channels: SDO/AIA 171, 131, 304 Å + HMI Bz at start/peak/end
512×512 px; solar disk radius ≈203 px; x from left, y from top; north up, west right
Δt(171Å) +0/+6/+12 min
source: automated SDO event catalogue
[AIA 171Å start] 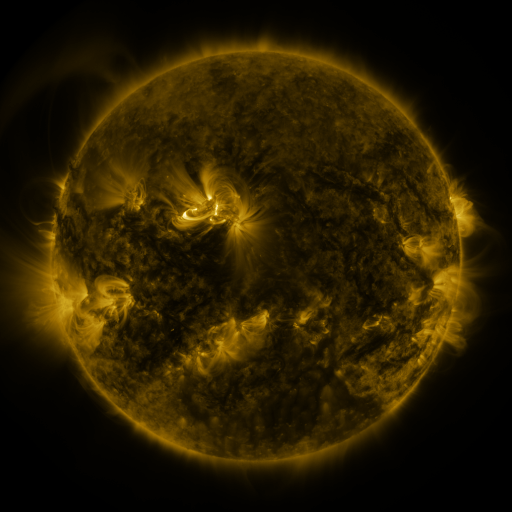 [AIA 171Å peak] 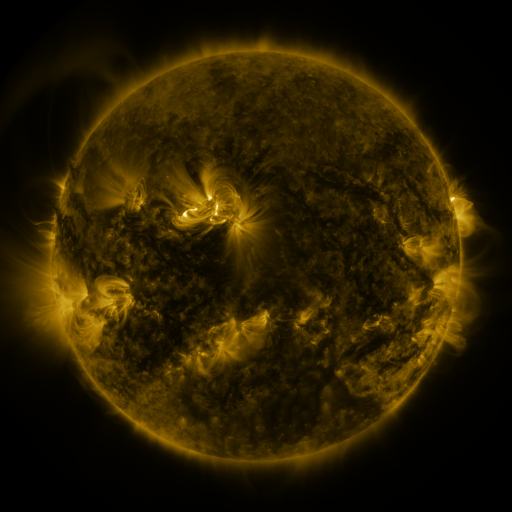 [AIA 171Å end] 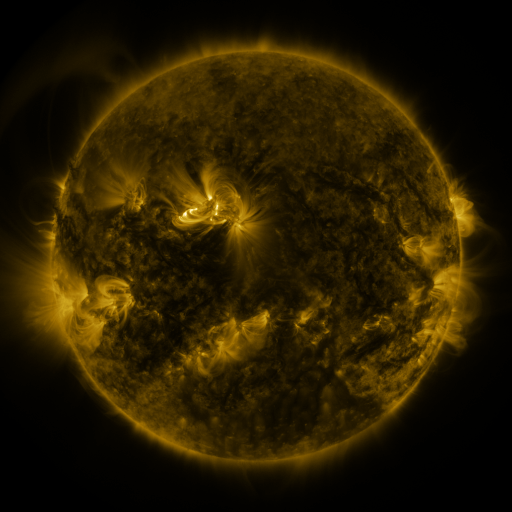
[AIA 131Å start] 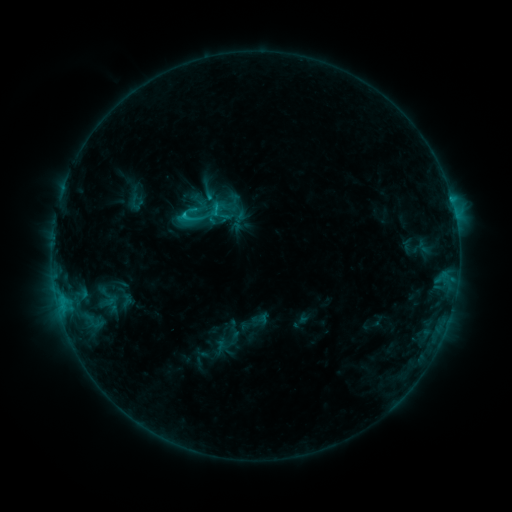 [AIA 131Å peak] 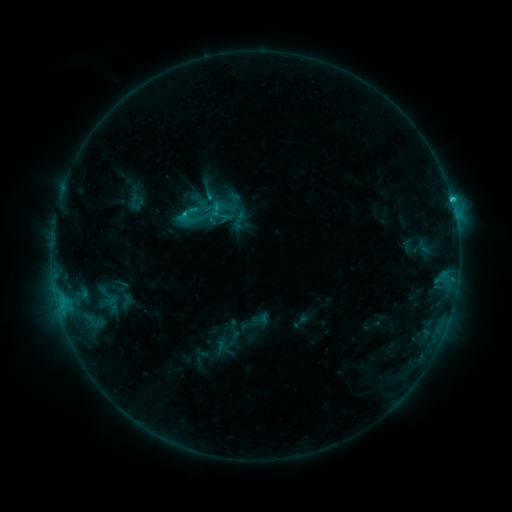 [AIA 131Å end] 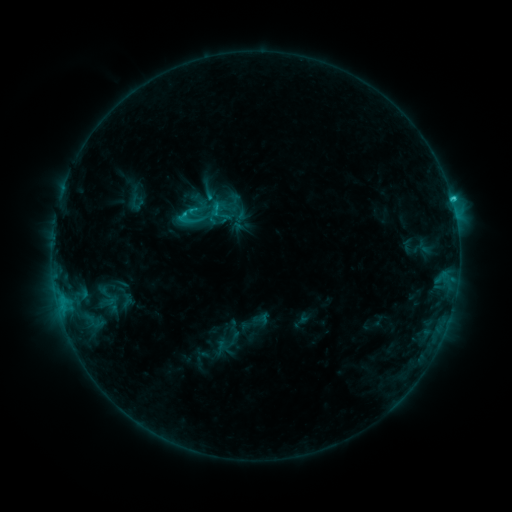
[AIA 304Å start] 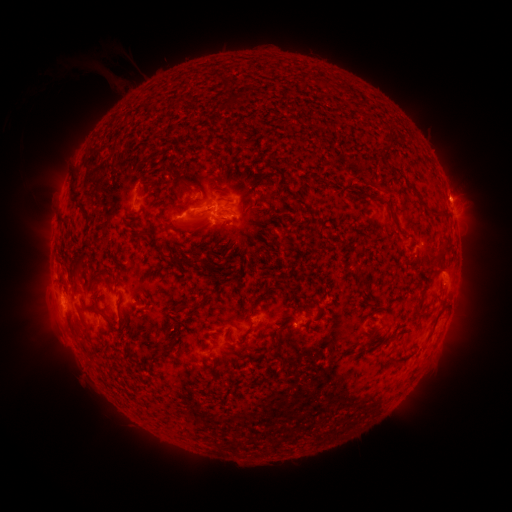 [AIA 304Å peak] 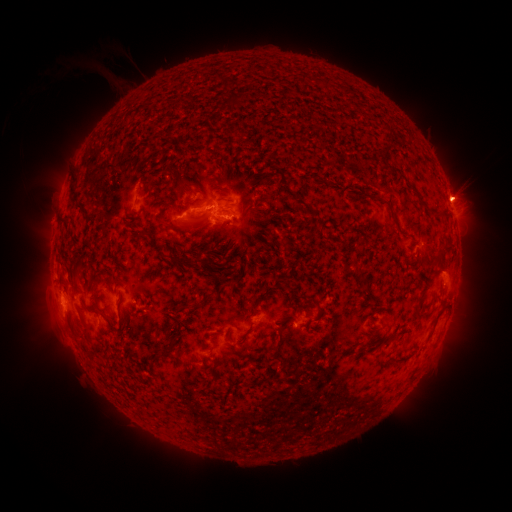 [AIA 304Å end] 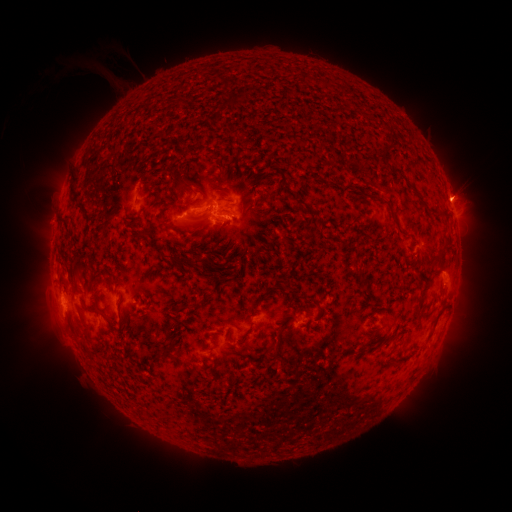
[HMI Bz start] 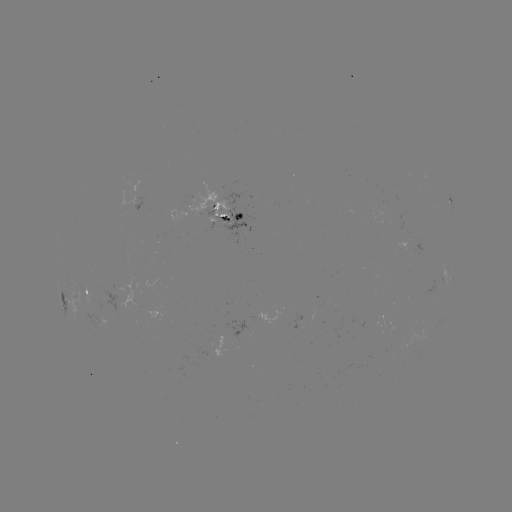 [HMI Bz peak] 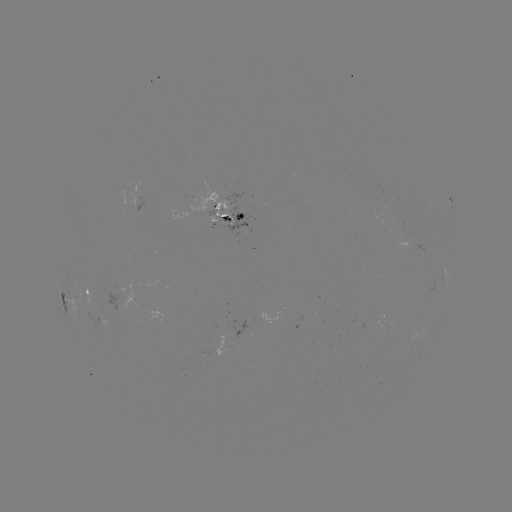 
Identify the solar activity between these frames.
C1.5 flare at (452, 203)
